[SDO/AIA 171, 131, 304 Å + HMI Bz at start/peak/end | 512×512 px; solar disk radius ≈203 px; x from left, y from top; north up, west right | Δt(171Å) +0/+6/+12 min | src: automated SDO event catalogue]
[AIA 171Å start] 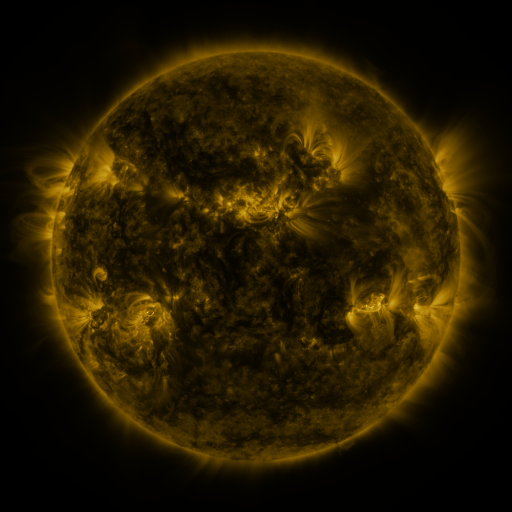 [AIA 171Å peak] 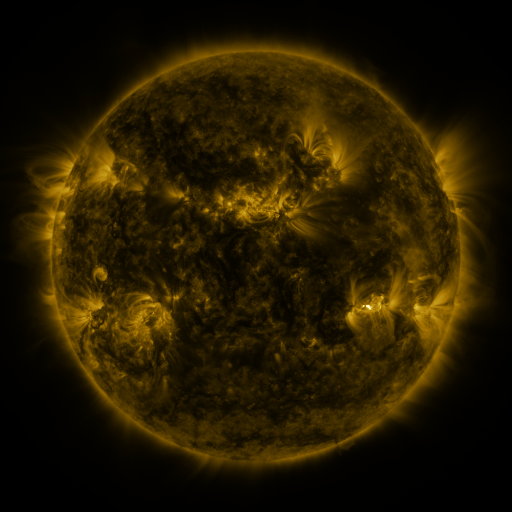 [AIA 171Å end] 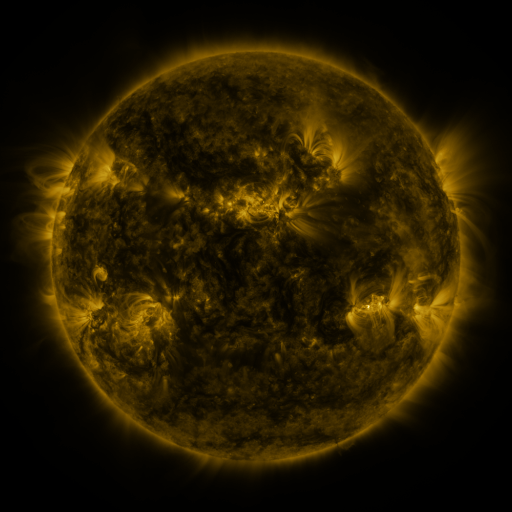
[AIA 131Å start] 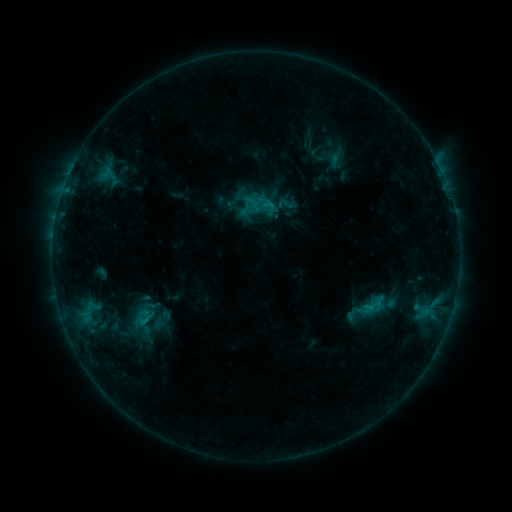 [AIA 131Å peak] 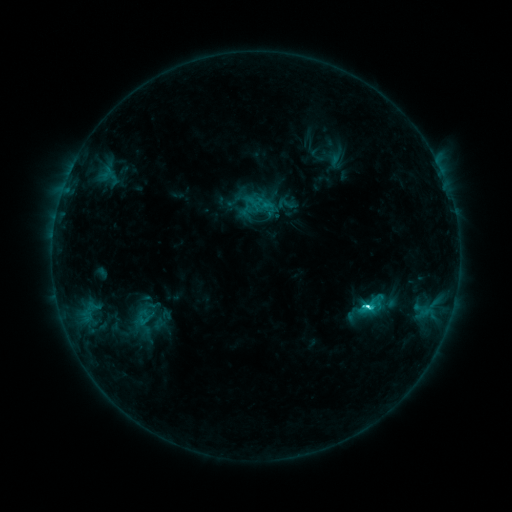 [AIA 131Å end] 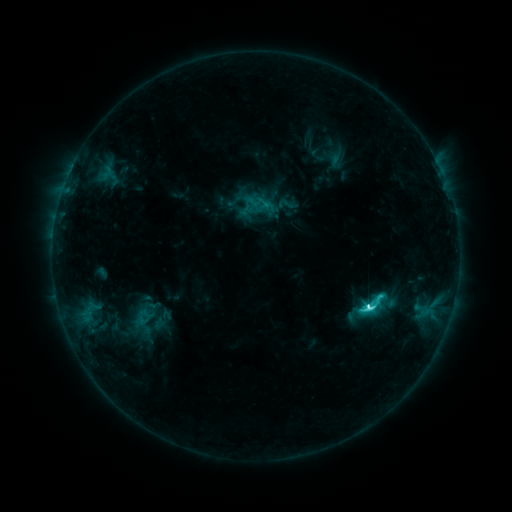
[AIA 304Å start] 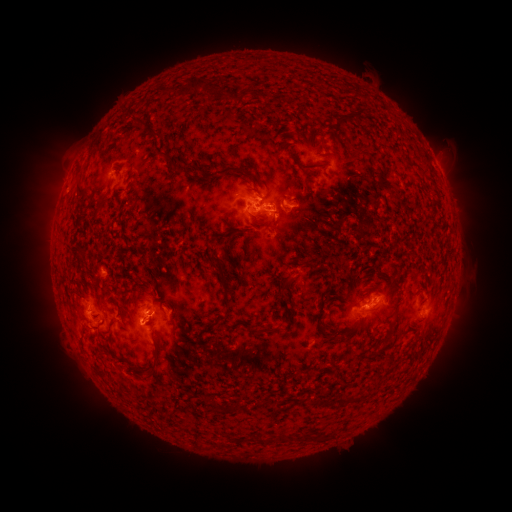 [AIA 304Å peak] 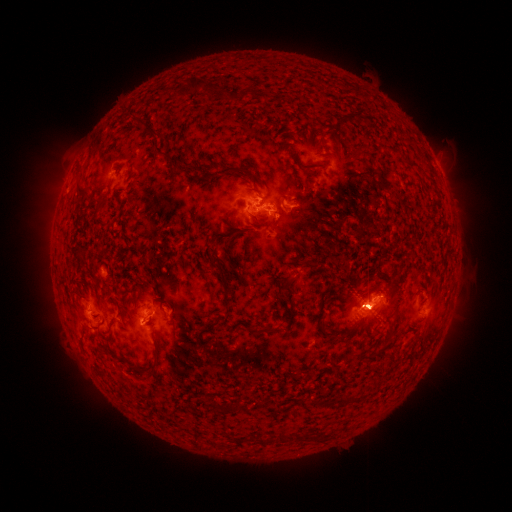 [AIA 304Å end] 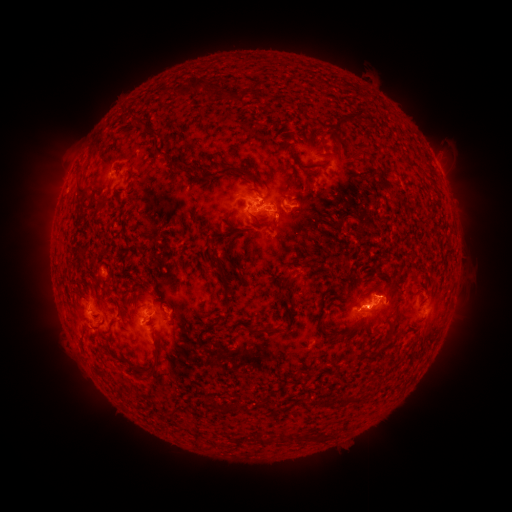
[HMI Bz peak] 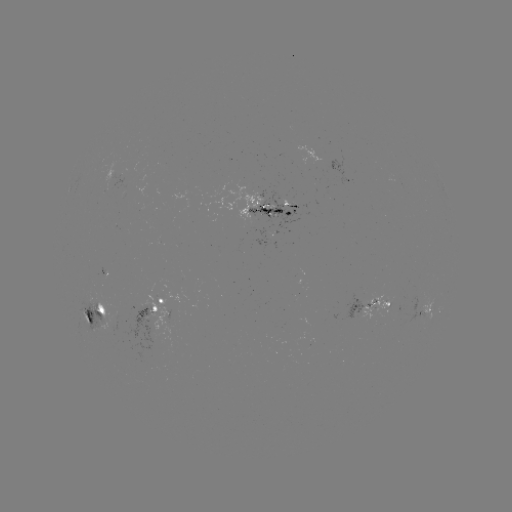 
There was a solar eruption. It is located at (287, 228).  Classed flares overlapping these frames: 1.